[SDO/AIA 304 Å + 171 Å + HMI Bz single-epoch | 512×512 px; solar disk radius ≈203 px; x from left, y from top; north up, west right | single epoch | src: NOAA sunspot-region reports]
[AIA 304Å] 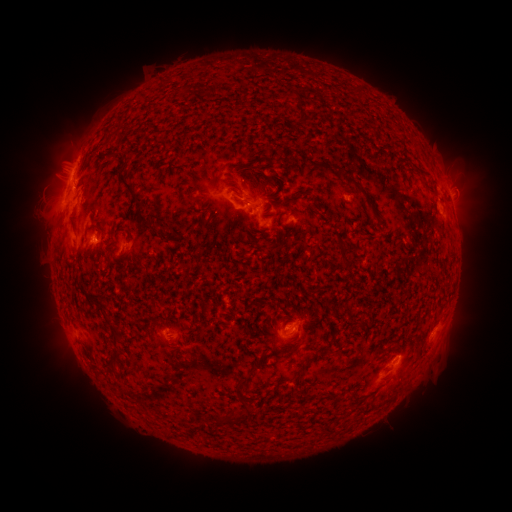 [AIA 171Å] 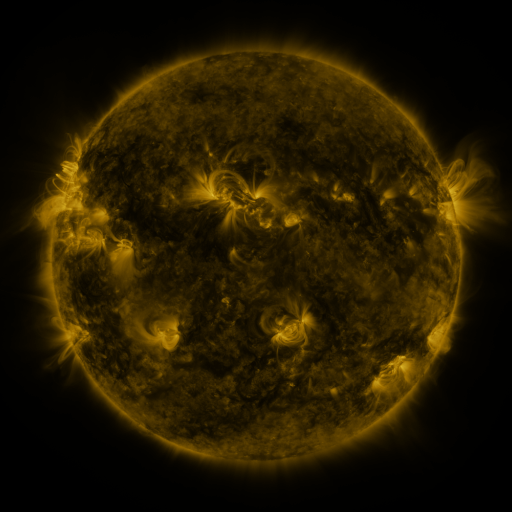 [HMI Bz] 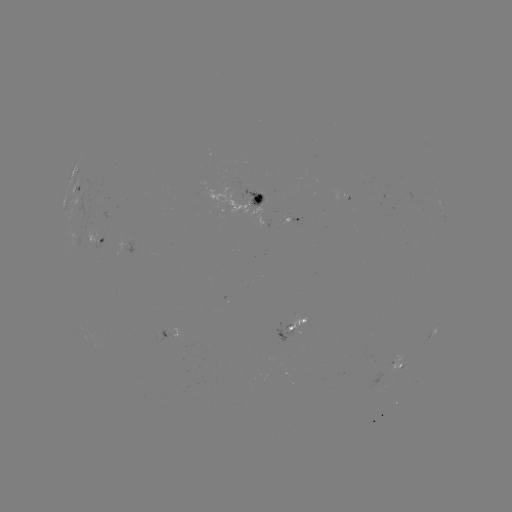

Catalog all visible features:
spotted active region: (75, 191)
spotted active region: (256, 203)
spotted active region: (293, 220)
spotted active region: (96, 243)
spotted active region: (293, 332)
spotted active region: (167, 340)
spotted active region: (398, 367)
